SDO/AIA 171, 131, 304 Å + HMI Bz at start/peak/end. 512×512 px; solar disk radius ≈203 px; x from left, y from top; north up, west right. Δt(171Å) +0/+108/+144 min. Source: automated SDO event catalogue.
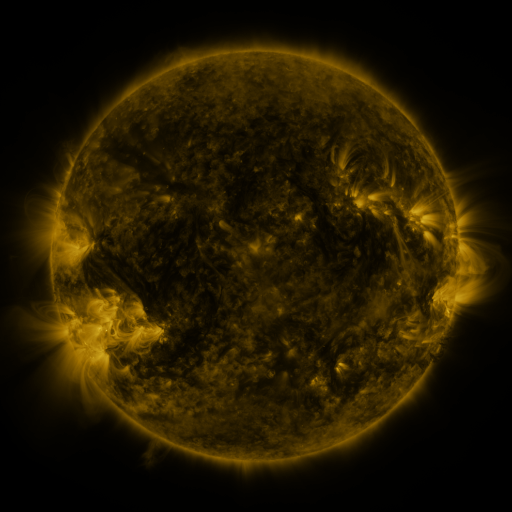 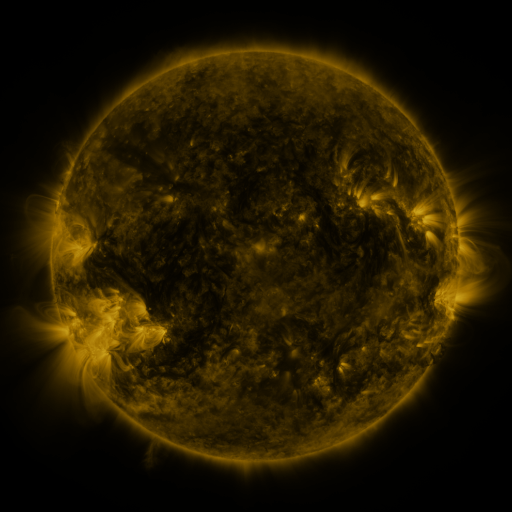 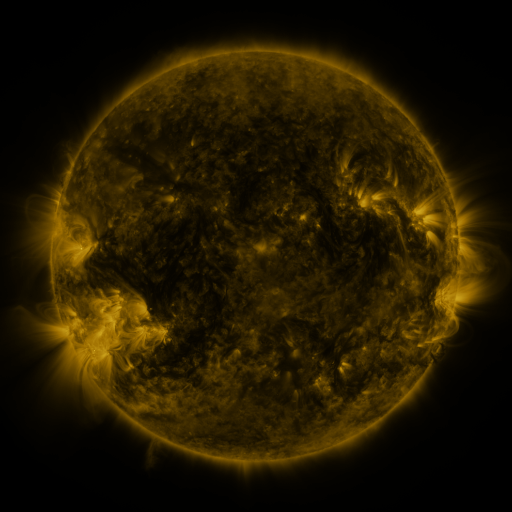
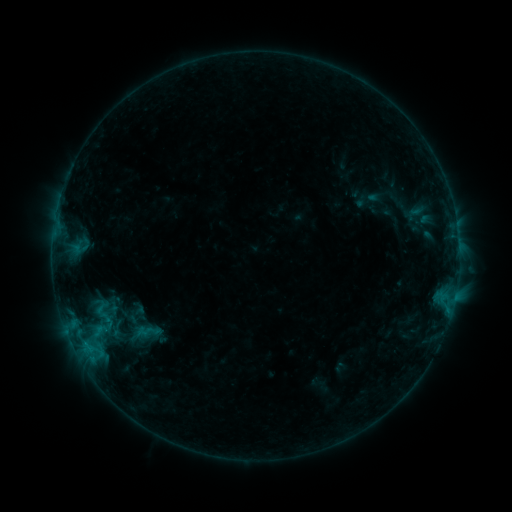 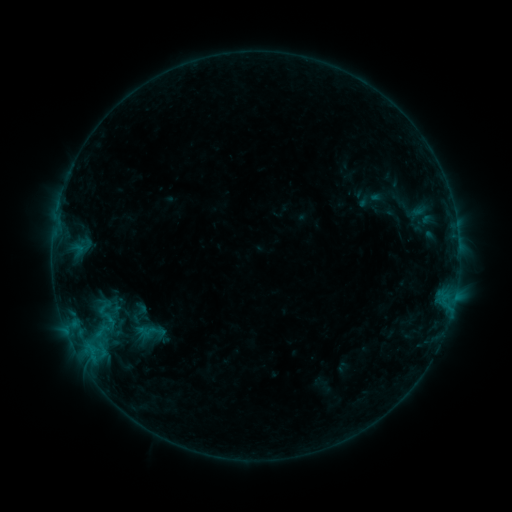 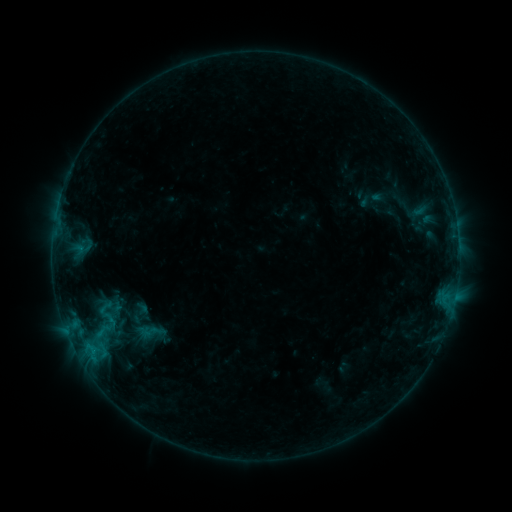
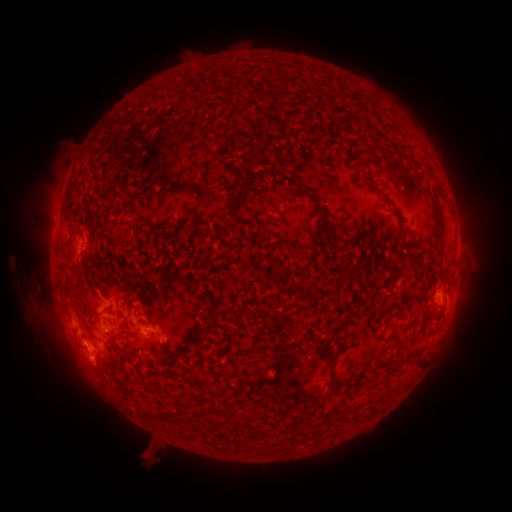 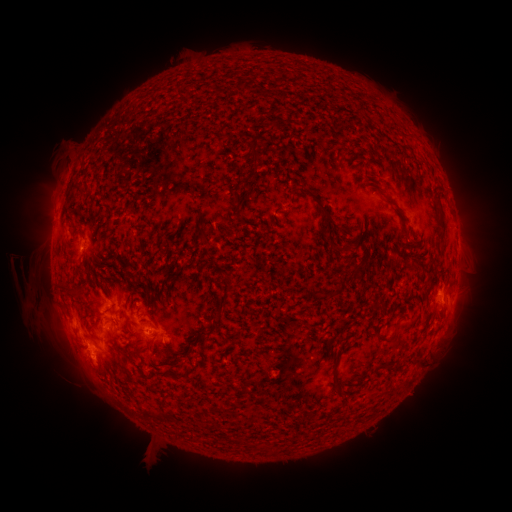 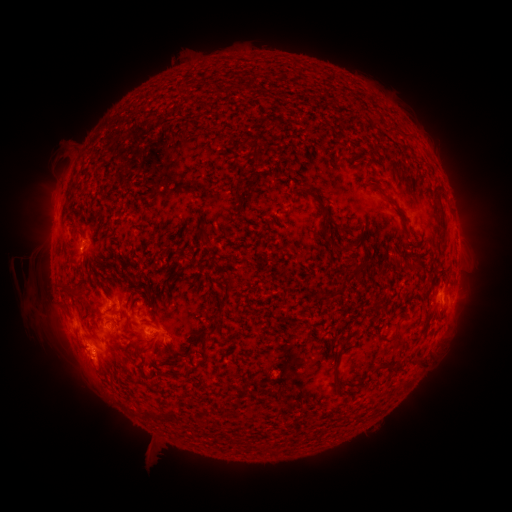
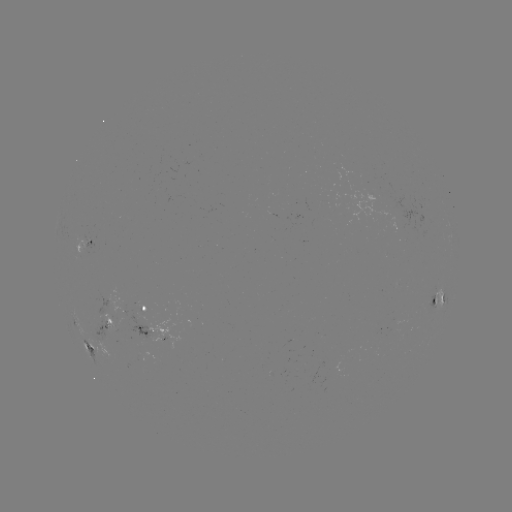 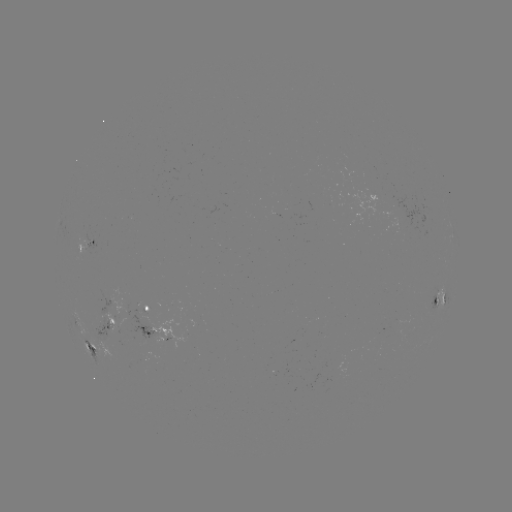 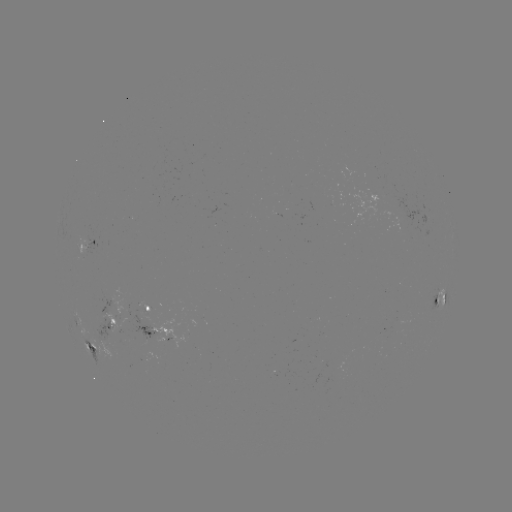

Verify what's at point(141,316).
emerging-flux region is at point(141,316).